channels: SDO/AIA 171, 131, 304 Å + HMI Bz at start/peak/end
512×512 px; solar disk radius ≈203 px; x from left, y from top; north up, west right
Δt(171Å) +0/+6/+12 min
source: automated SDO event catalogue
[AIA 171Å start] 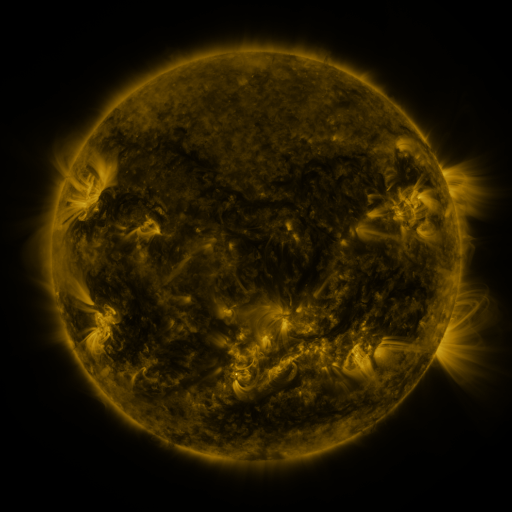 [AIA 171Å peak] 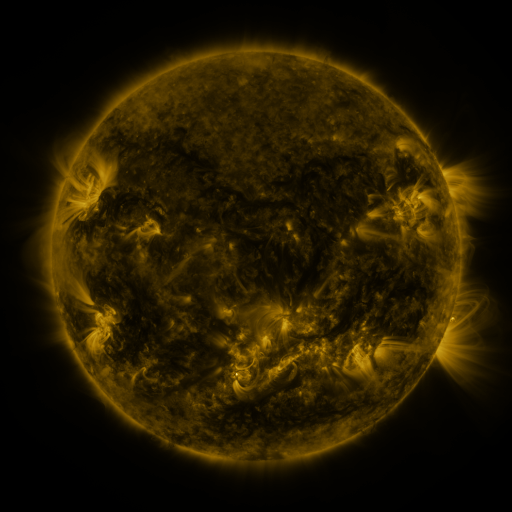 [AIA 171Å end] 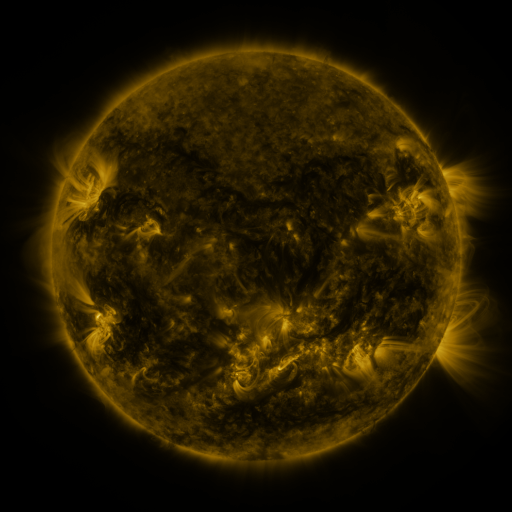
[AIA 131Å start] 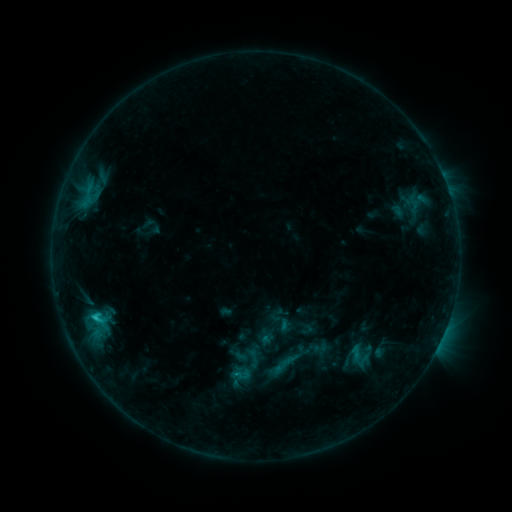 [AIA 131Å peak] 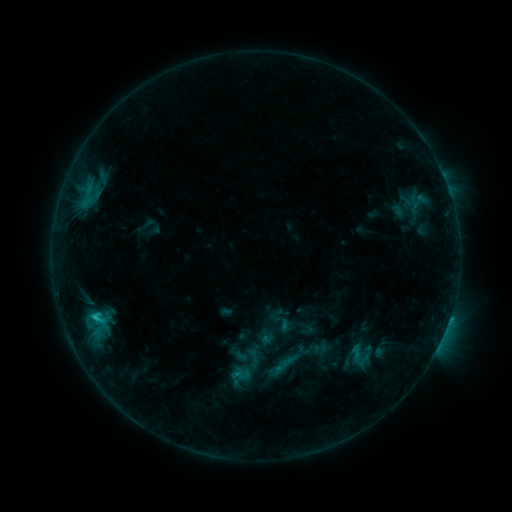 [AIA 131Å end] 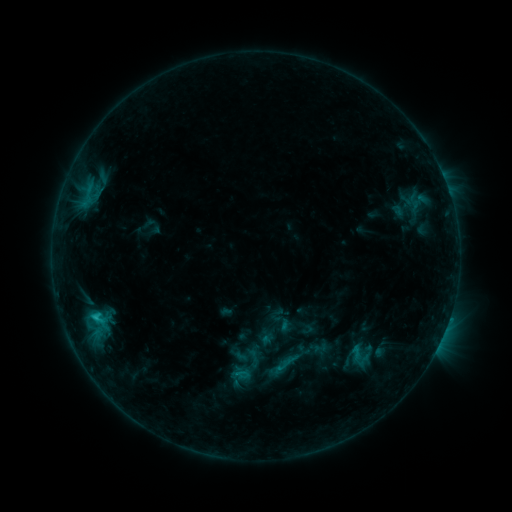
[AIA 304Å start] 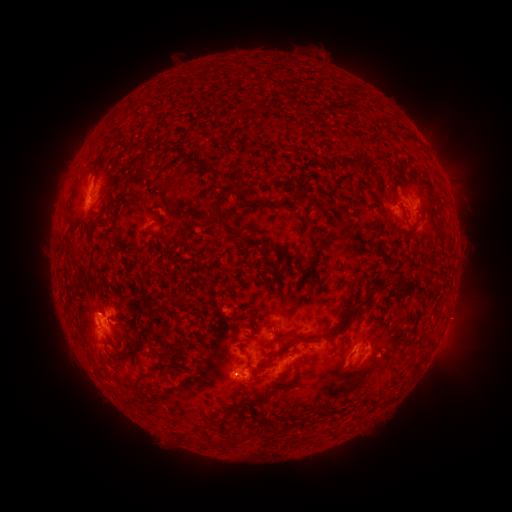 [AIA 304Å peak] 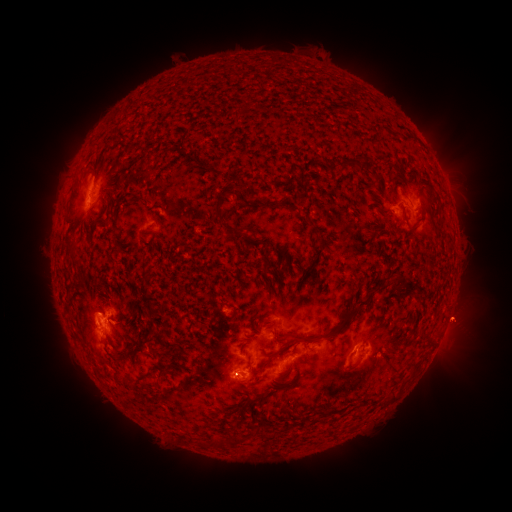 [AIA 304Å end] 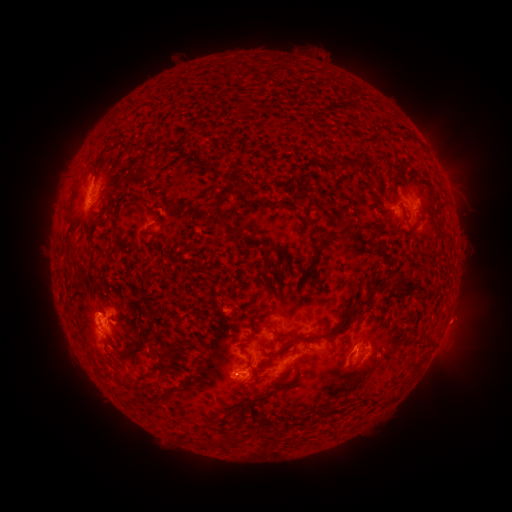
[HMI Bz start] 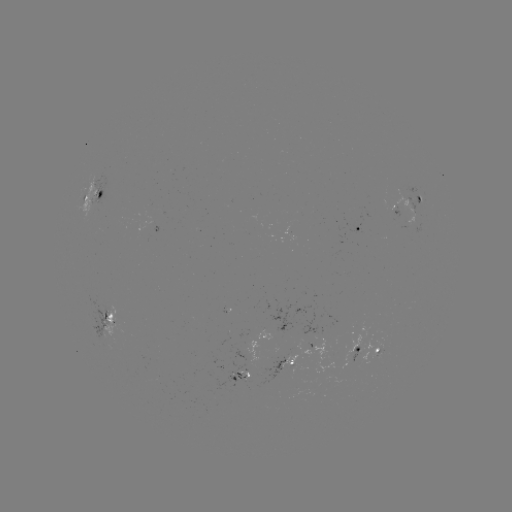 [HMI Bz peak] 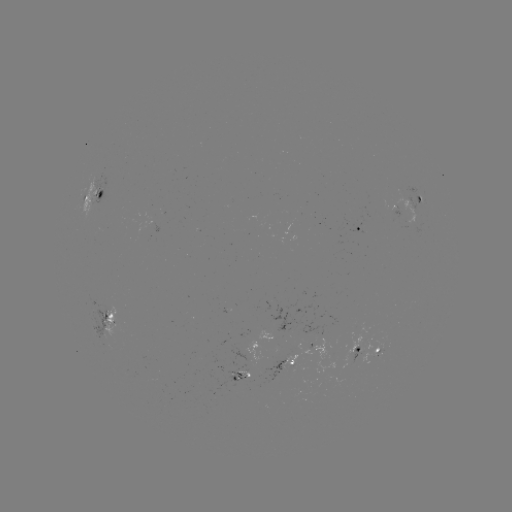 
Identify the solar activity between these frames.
eruption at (461, 318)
